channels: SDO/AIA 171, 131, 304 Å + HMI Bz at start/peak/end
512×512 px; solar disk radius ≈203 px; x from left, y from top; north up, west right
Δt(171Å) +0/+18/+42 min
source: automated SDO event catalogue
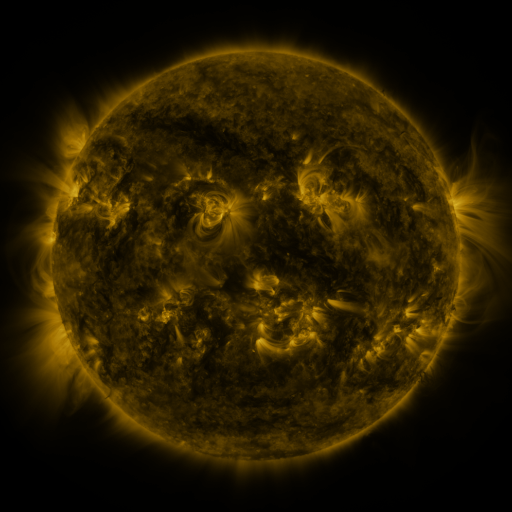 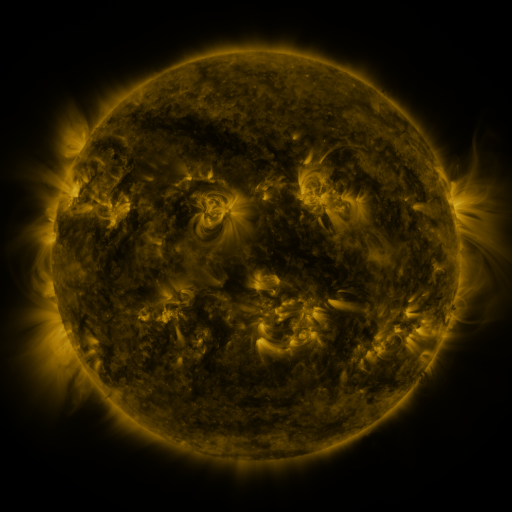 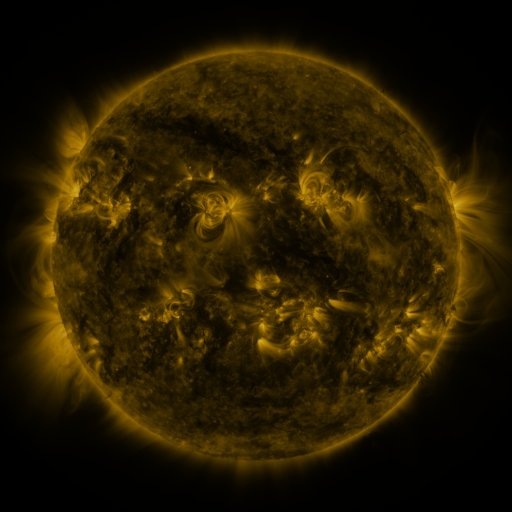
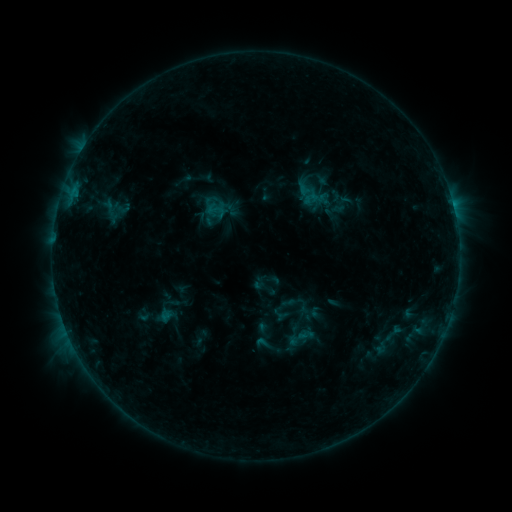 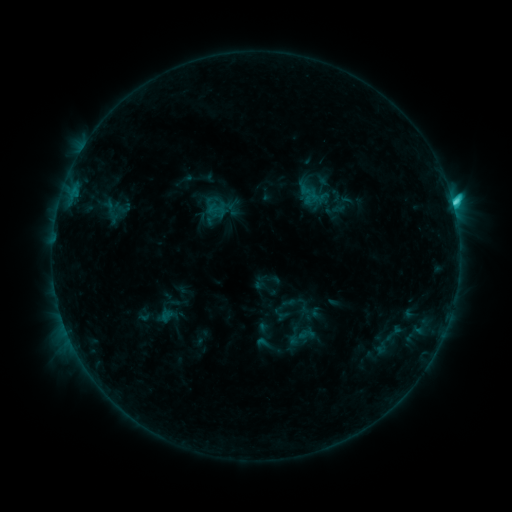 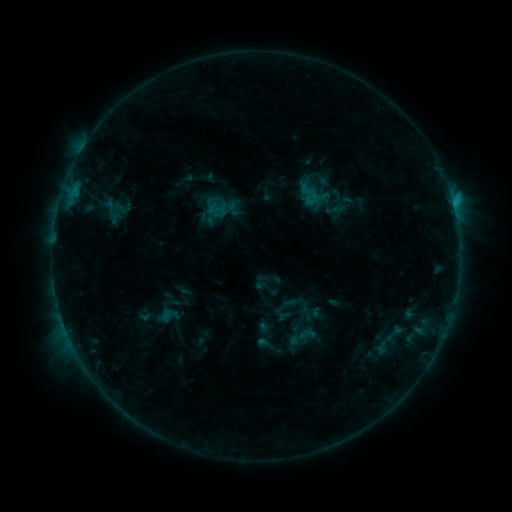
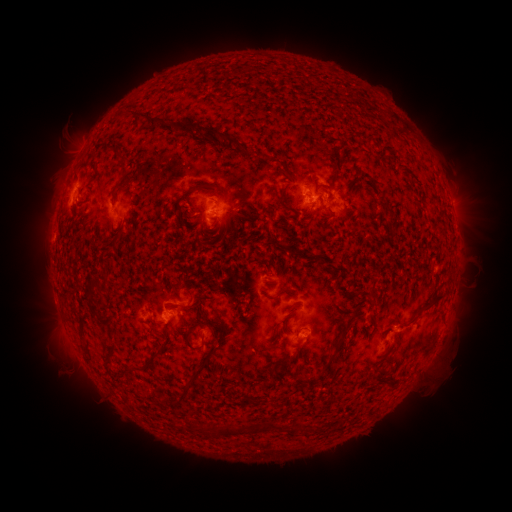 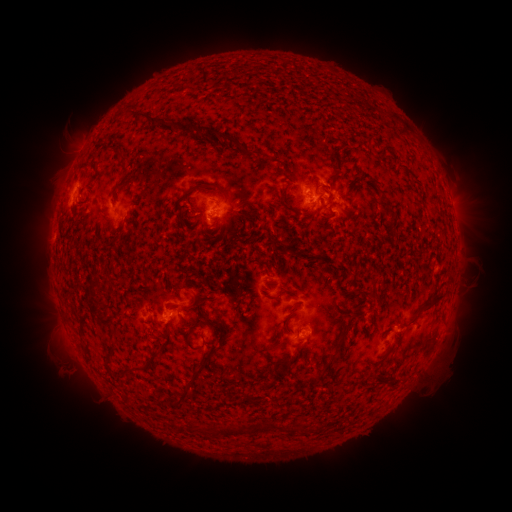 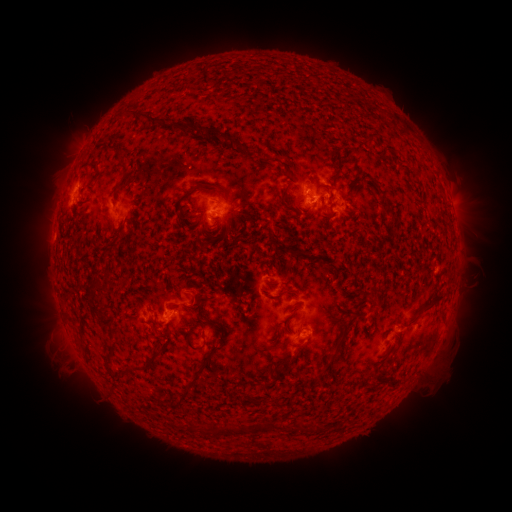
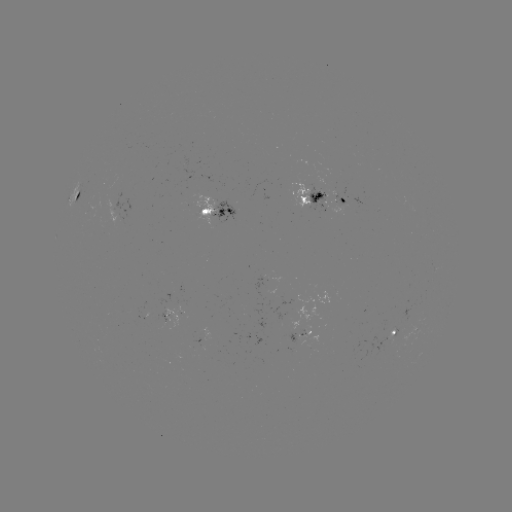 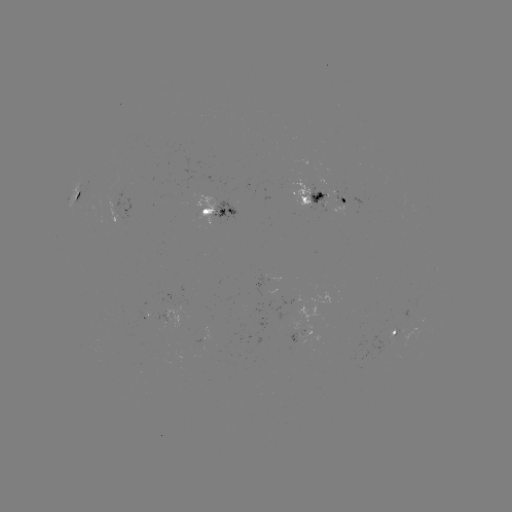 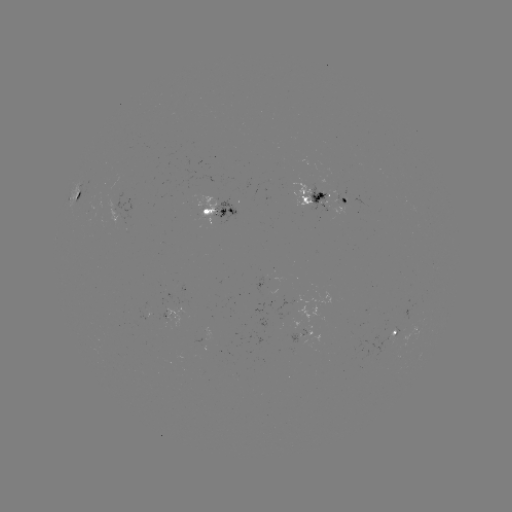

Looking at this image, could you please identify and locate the C2.2 flare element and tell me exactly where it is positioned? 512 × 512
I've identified C2.2 flare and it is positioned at (452, 203).